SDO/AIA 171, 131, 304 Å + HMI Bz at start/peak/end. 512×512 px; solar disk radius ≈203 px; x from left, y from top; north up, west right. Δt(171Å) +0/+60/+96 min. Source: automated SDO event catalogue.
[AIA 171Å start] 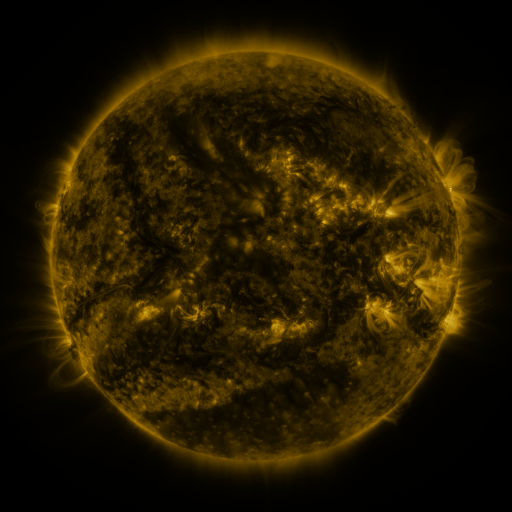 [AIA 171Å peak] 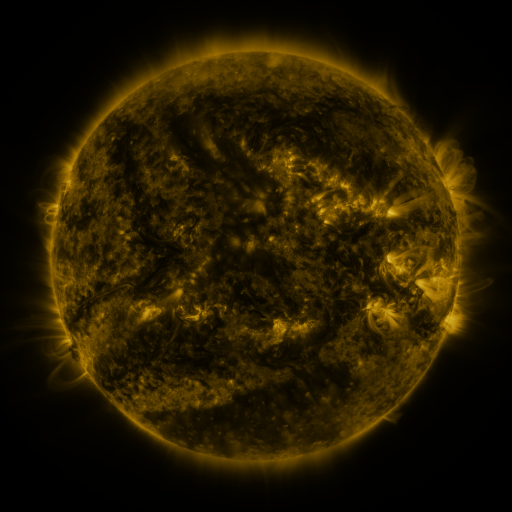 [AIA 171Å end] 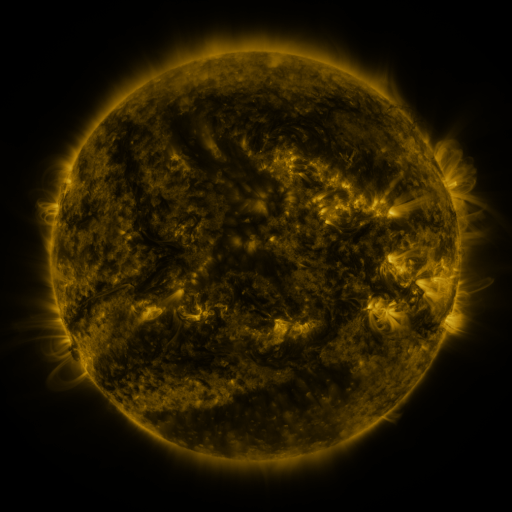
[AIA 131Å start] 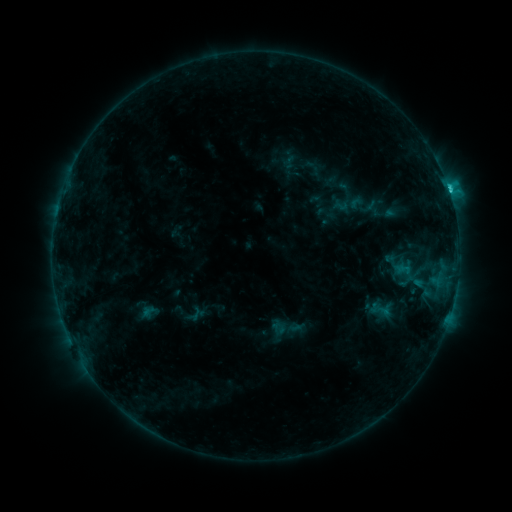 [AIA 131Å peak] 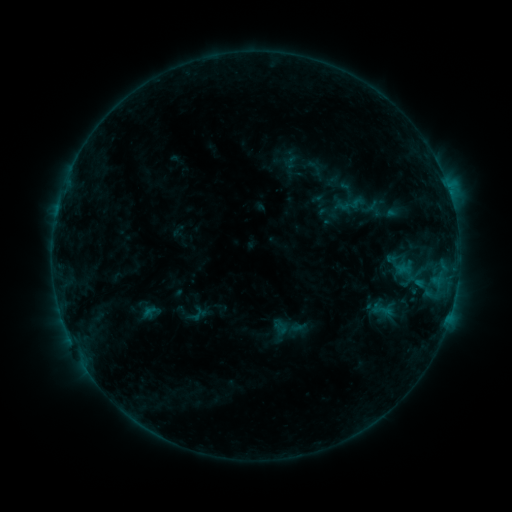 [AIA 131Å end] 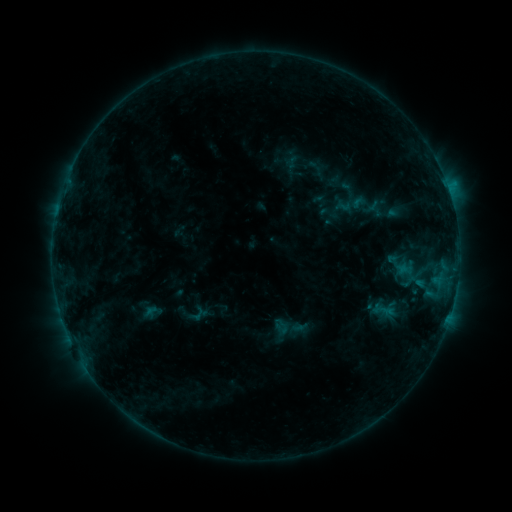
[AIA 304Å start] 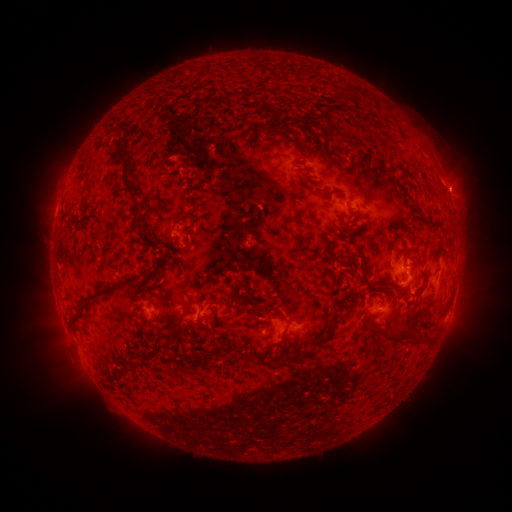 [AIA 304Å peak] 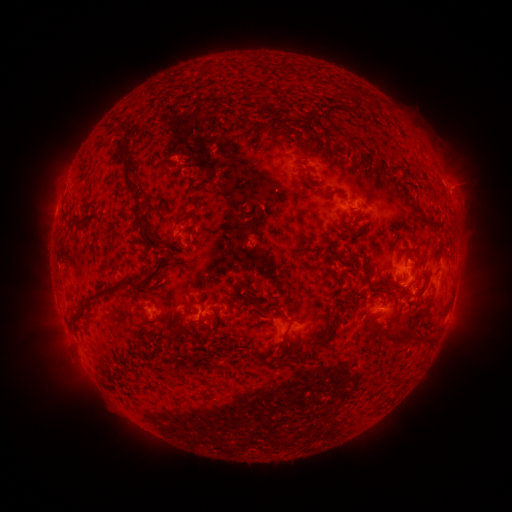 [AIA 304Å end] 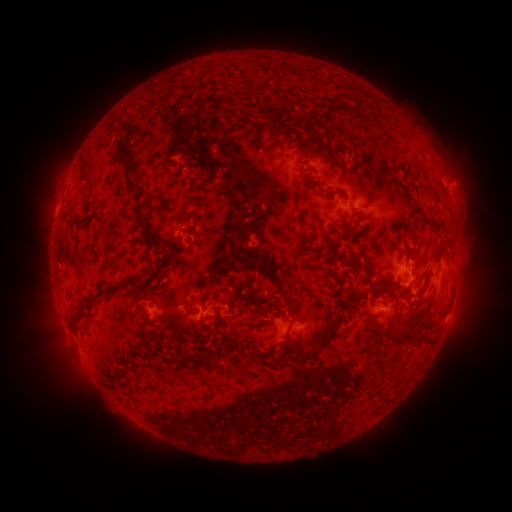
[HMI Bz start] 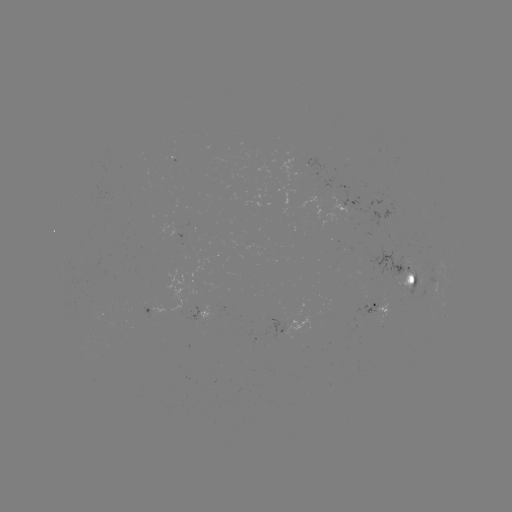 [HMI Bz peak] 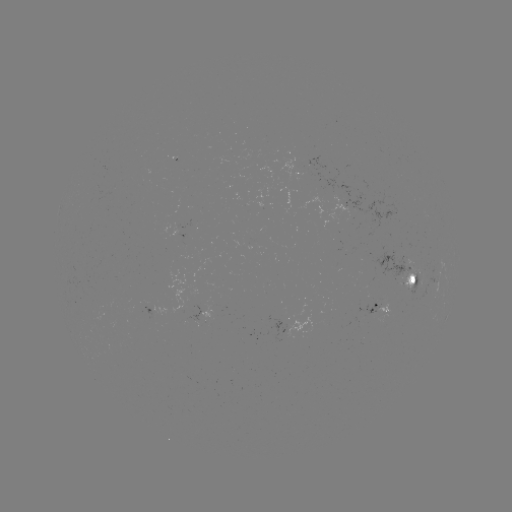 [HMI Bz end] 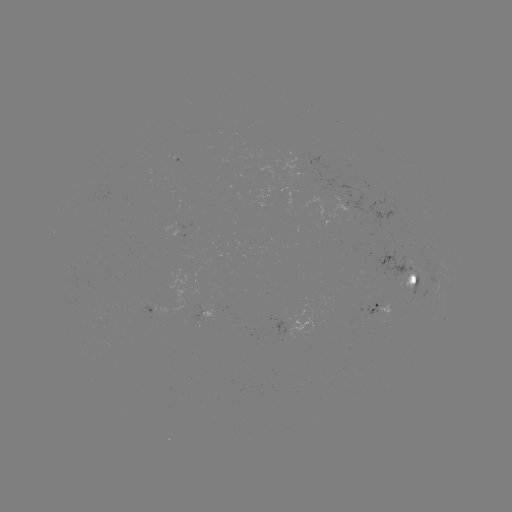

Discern emerging-flux region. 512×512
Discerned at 421,277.